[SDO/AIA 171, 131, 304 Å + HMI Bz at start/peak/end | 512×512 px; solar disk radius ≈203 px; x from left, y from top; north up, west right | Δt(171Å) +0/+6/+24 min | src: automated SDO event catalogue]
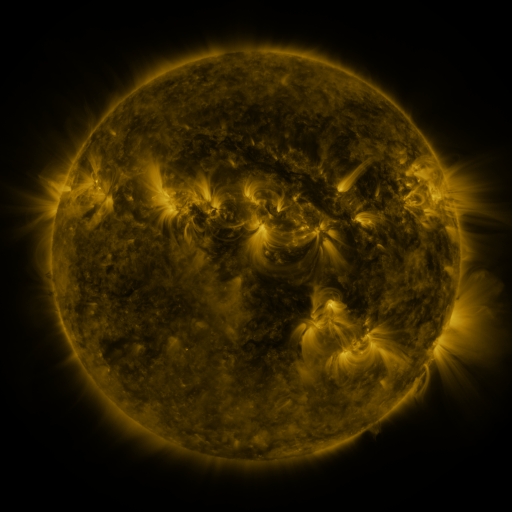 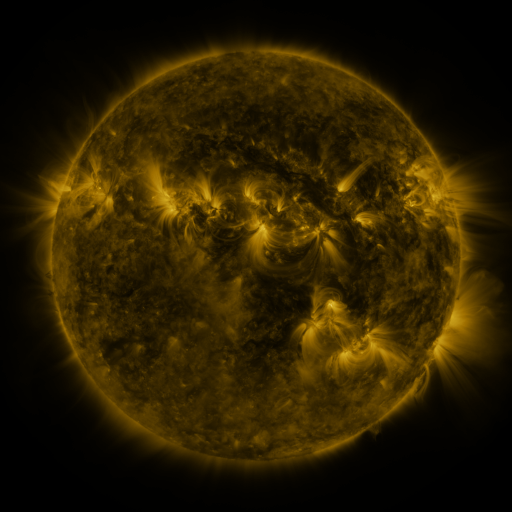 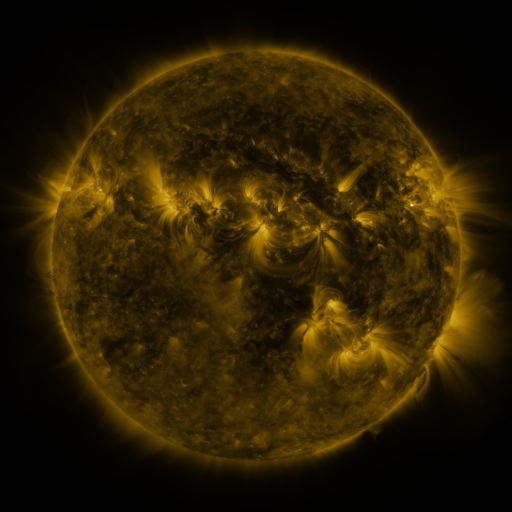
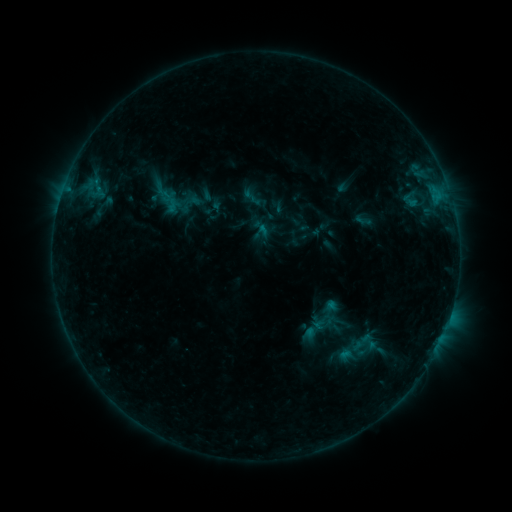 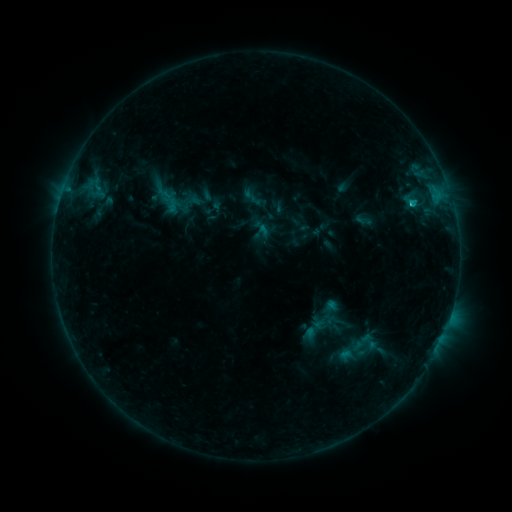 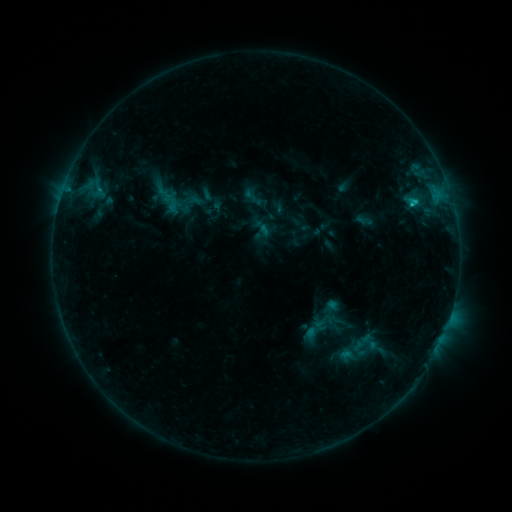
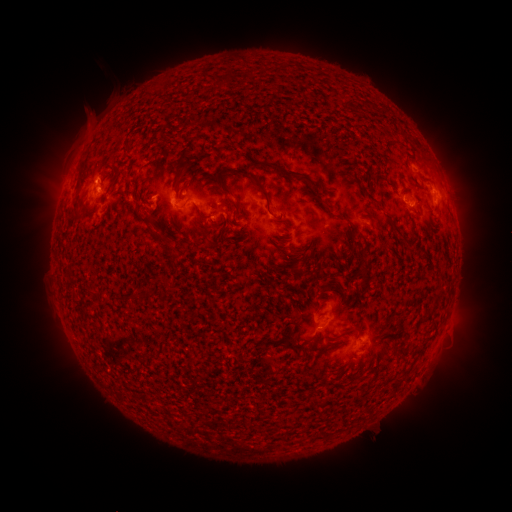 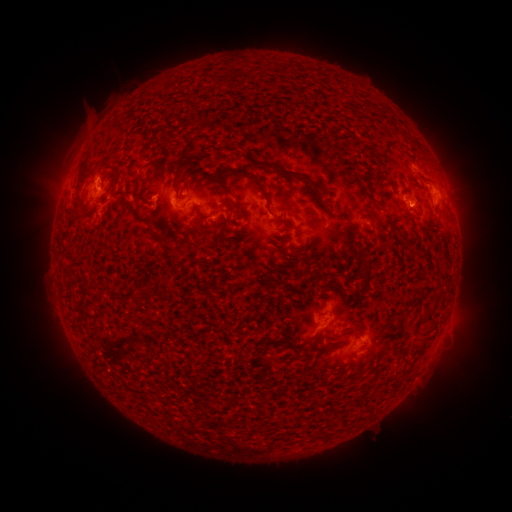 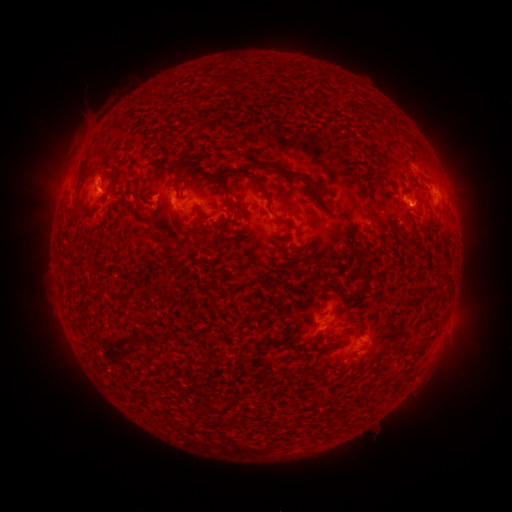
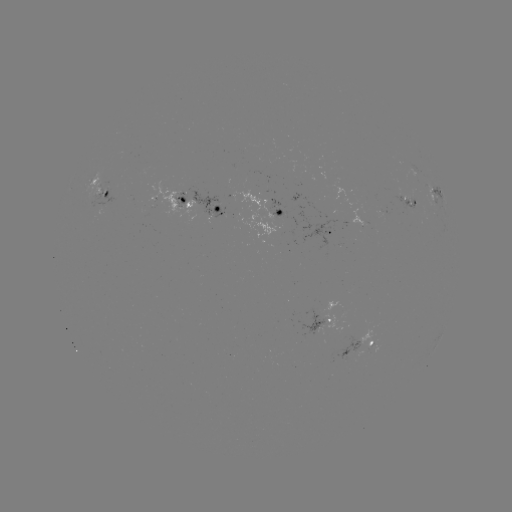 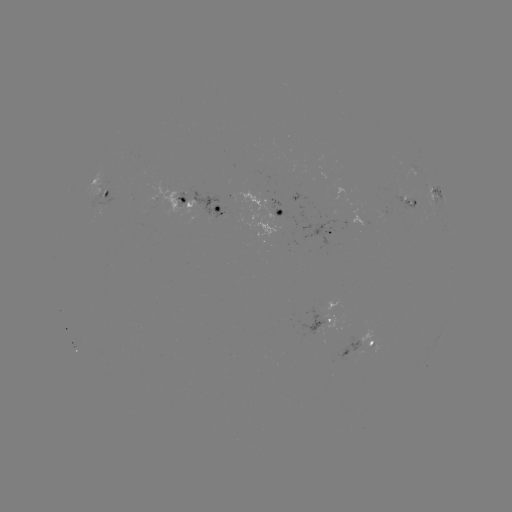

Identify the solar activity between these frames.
C1.9 flare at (411, 206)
